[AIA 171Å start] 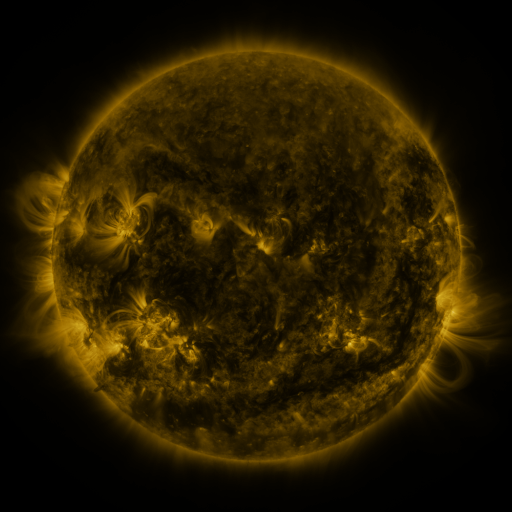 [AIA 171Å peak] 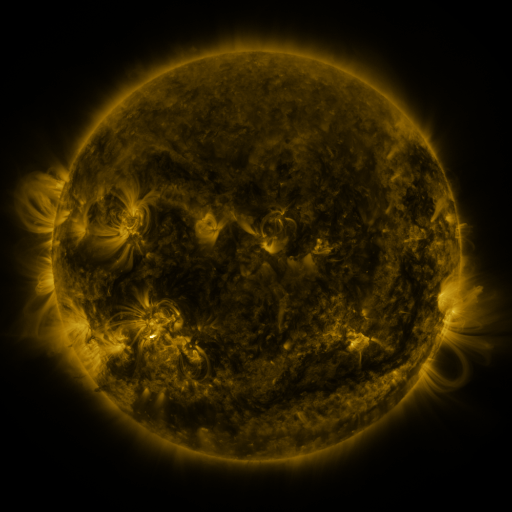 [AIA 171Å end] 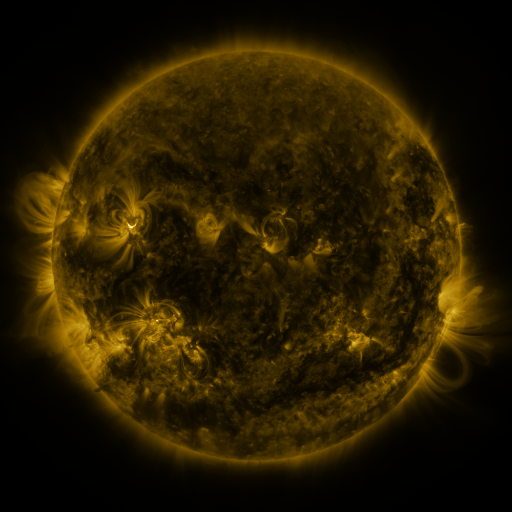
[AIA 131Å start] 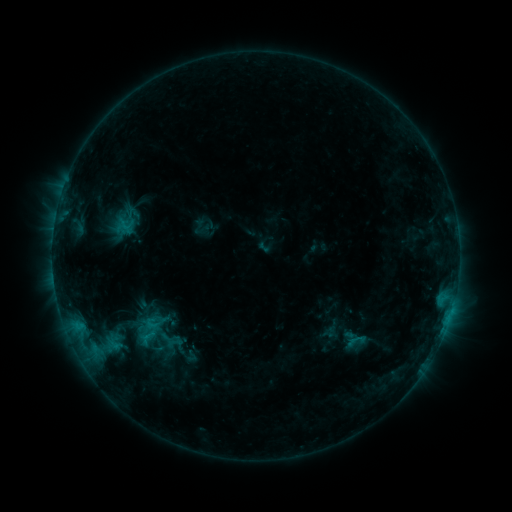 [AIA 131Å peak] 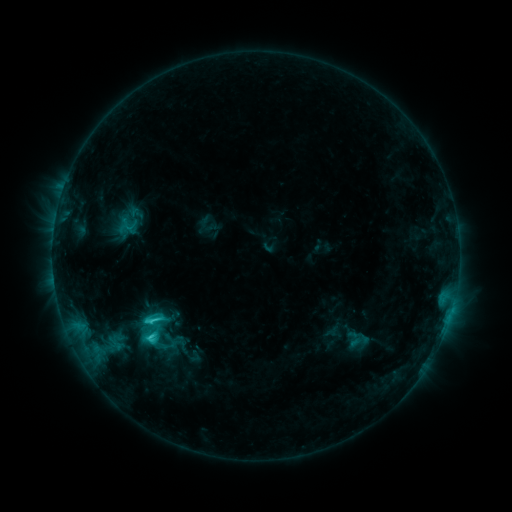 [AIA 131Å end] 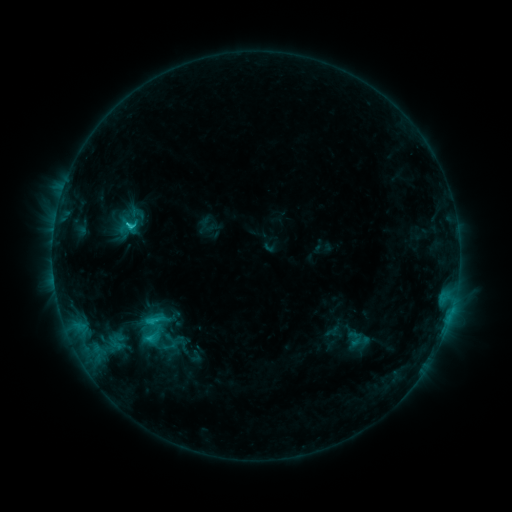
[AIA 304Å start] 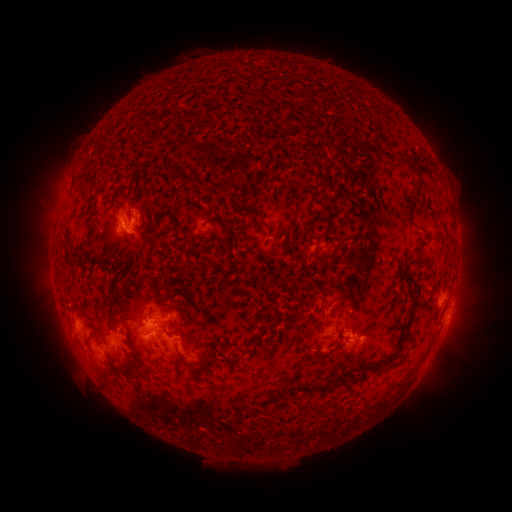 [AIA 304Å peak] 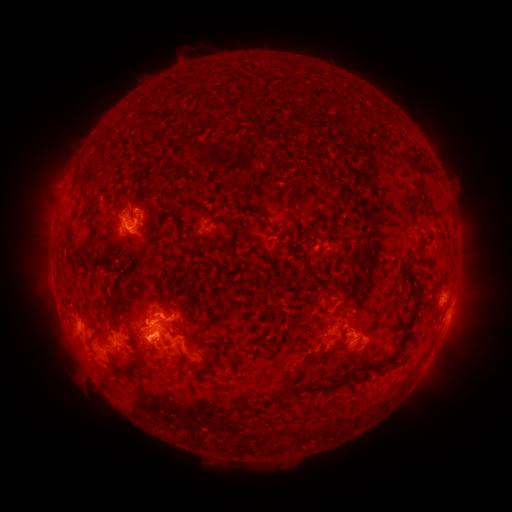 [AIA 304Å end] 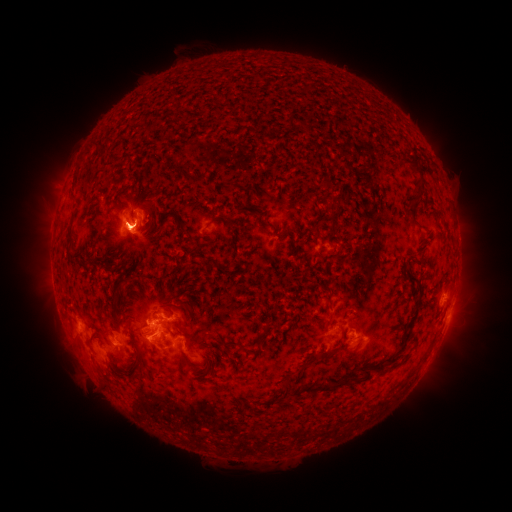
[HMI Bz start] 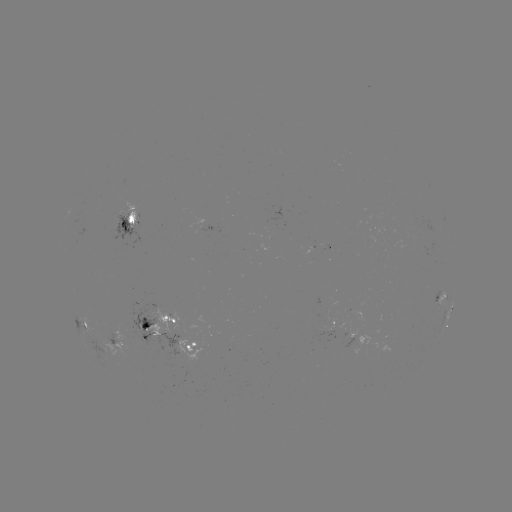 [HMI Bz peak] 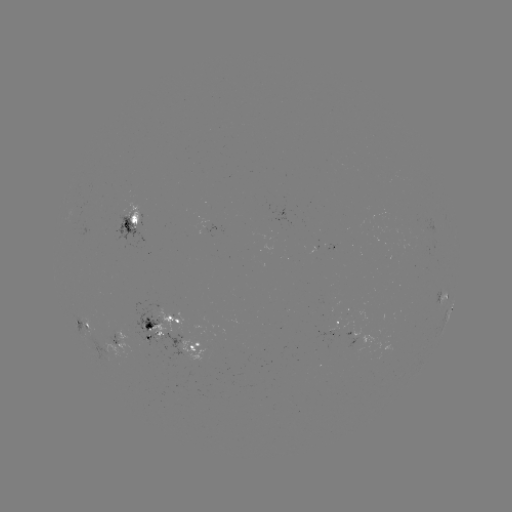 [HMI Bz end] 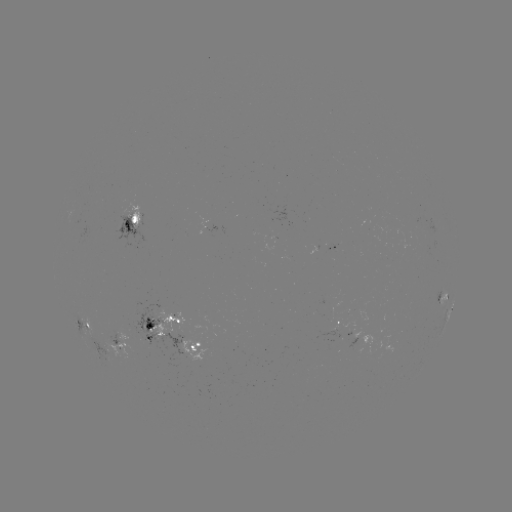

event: emerging-flux region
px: (181, 338)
